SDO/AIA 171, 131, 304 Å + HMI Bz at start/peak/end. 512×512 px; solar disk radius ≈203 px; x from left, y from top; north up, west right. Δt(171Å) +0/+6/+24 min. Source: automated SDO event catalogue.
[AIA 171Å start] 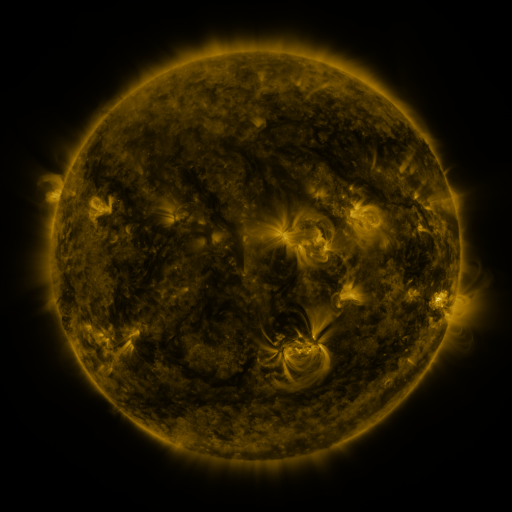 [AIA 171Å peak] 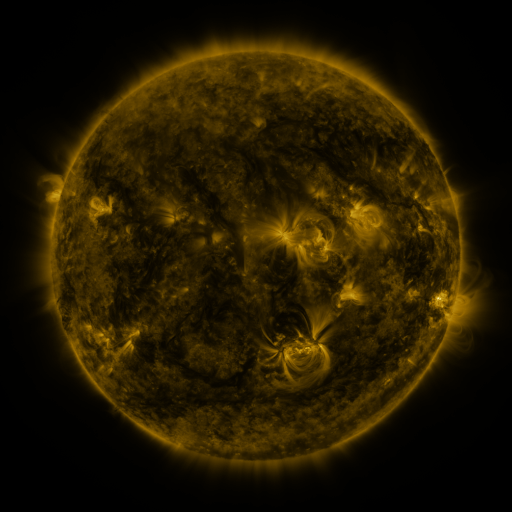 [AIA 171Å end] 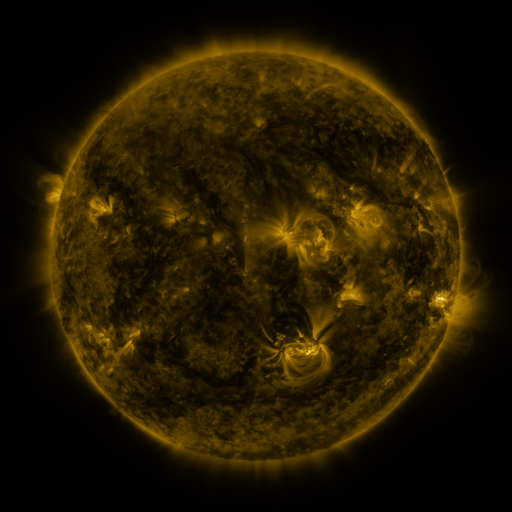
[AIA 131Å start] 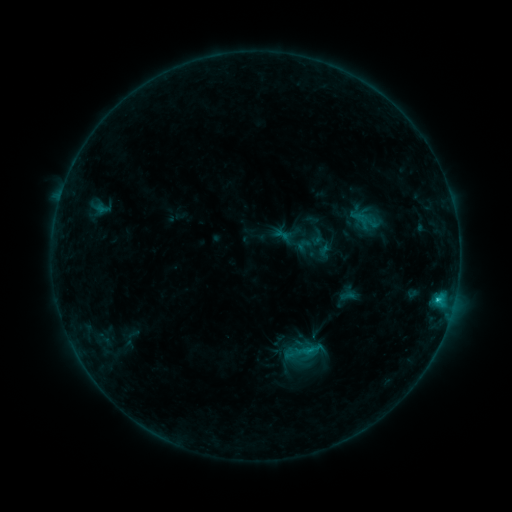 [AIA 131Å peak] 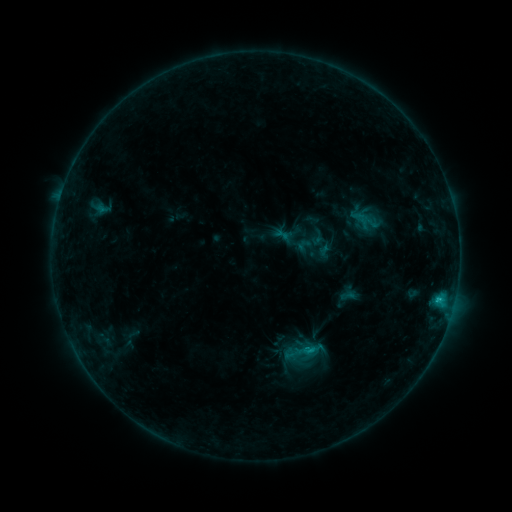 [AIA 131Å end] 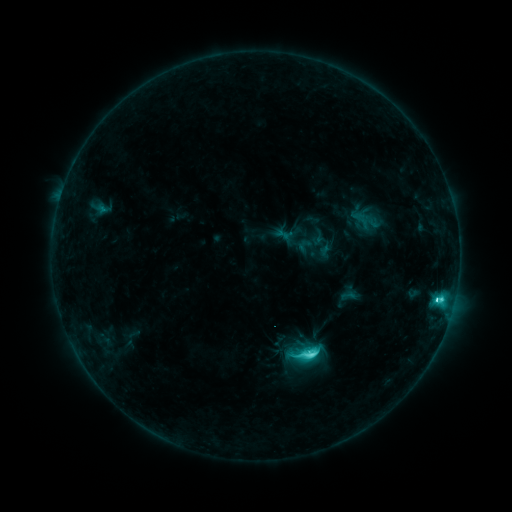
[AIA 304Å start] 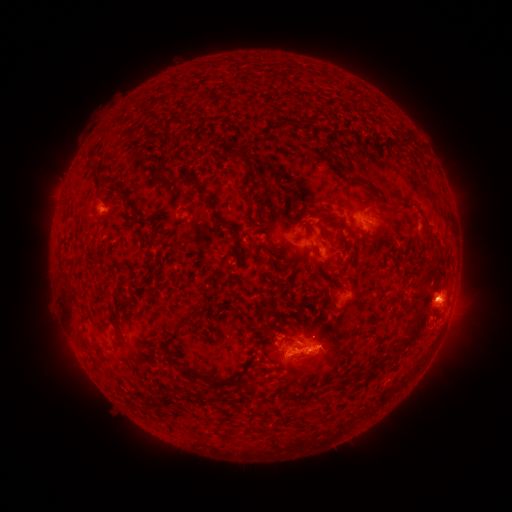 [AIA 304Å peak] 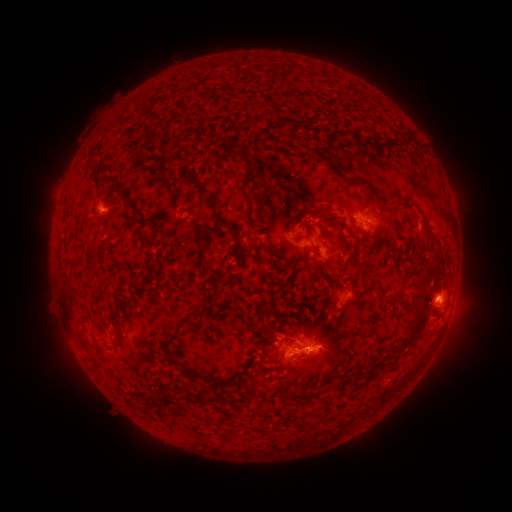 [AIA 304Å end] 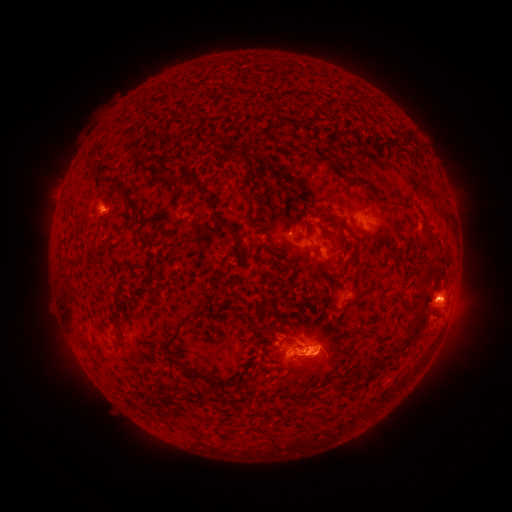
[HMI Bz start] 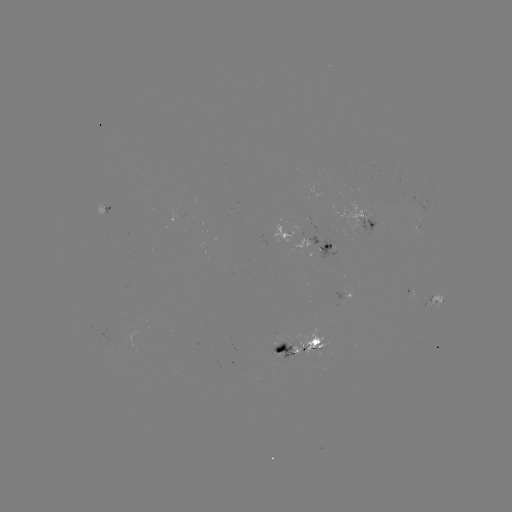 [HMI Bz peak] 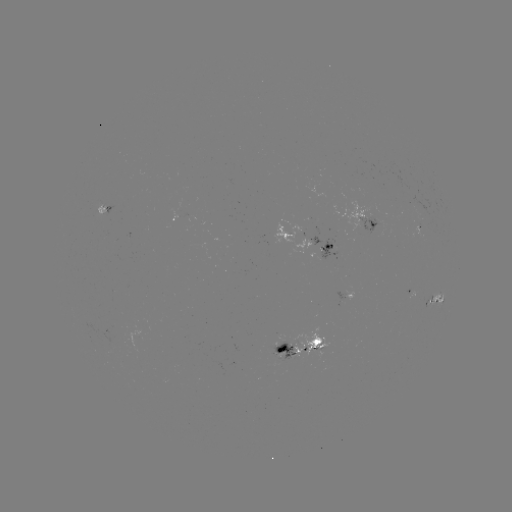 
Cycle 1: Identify M1.0 flare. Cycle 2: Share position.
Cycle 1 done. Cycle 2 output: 305,350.